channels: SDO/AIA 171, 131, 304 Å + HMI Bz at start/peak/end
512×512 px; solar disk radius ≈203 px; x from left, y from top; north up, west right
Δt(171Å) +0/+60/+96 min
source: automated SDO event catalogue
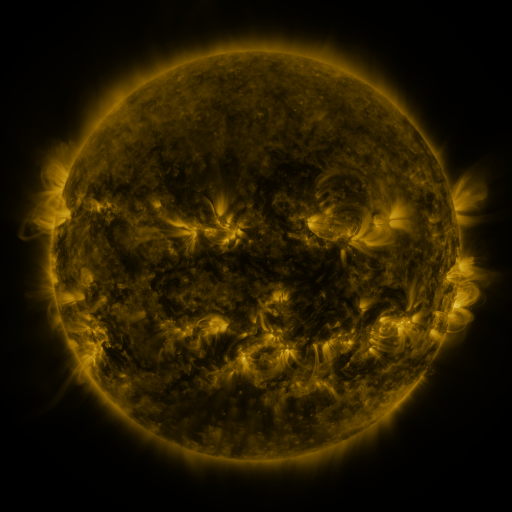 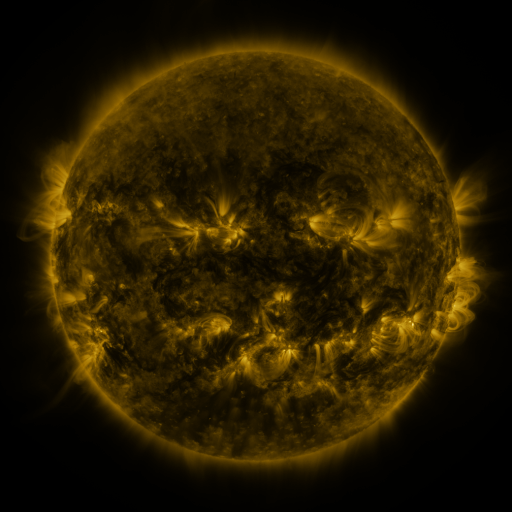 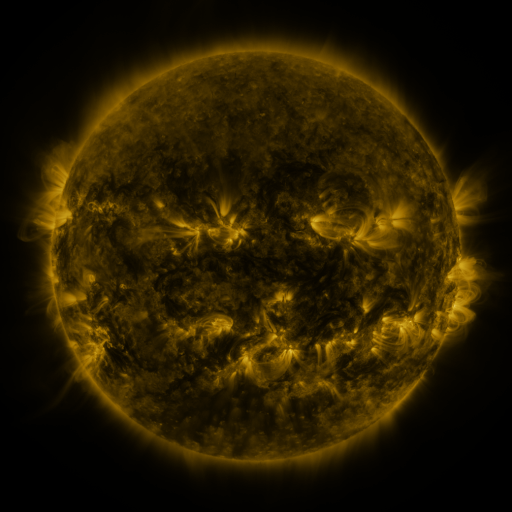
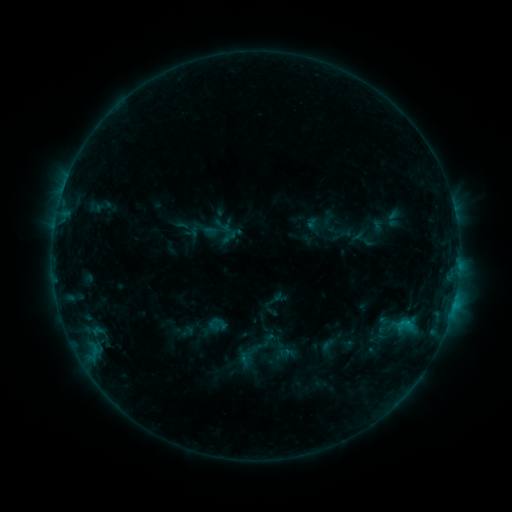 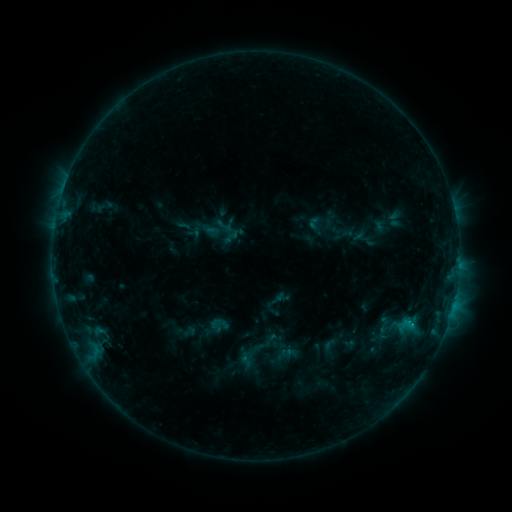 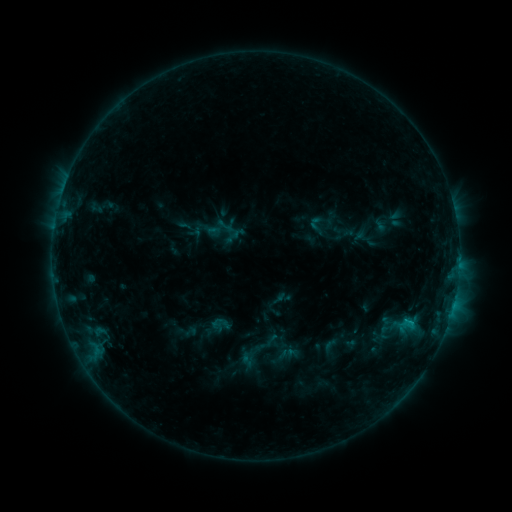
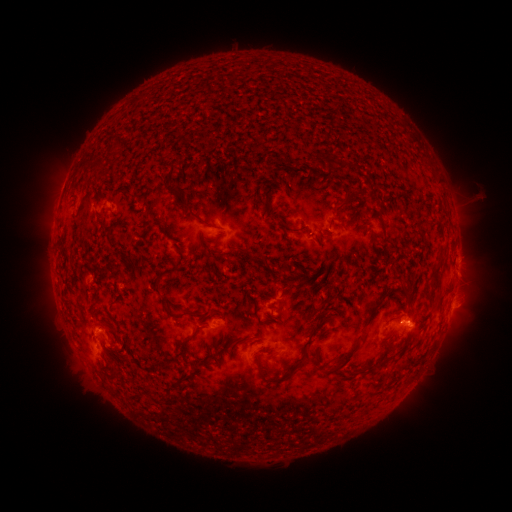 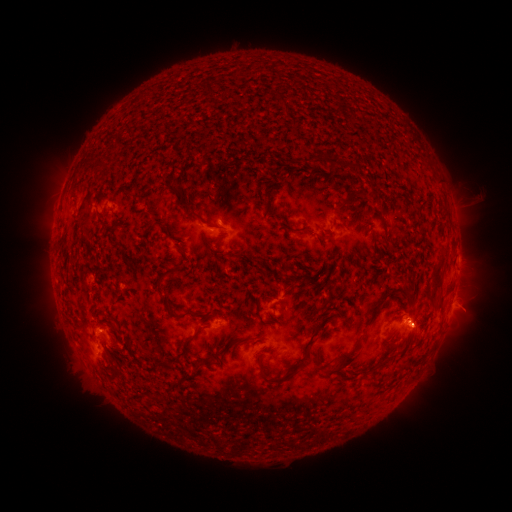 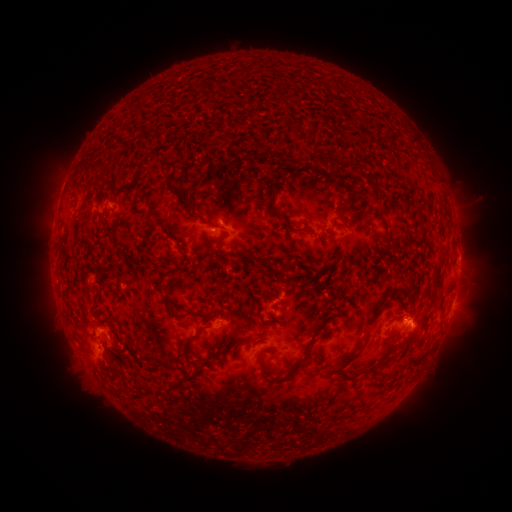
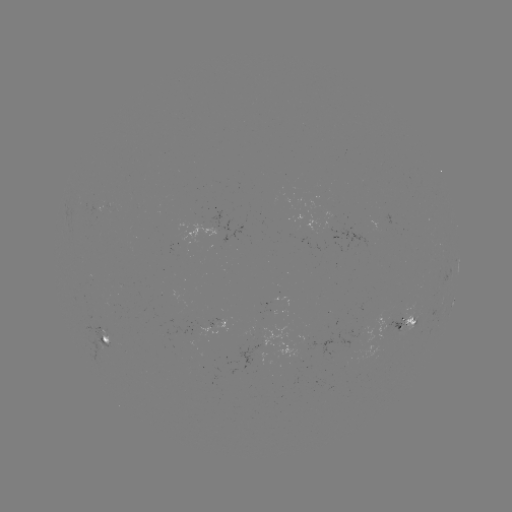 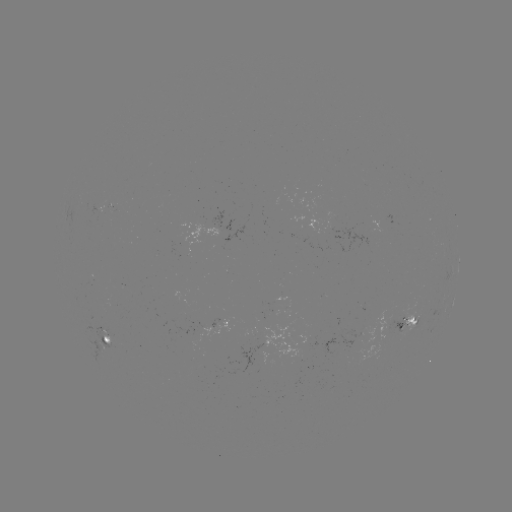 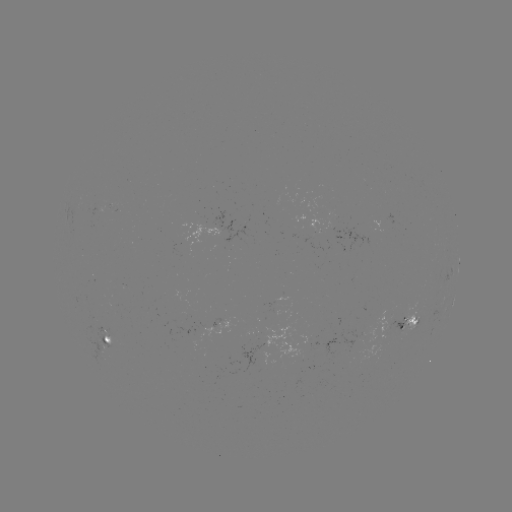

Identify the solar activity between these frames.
emerging-flux region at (414, 321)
